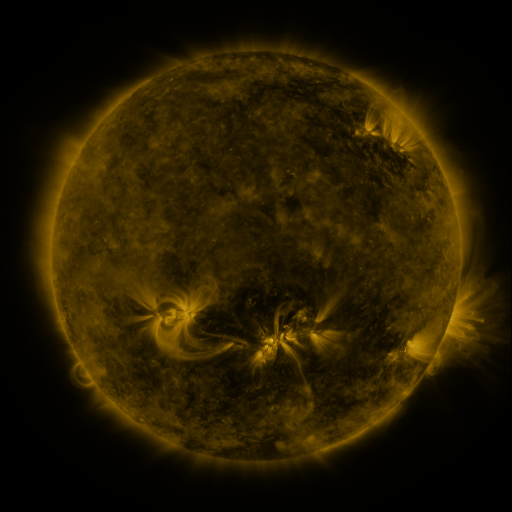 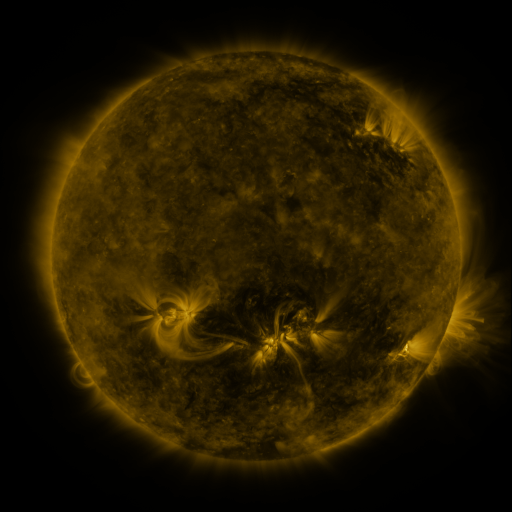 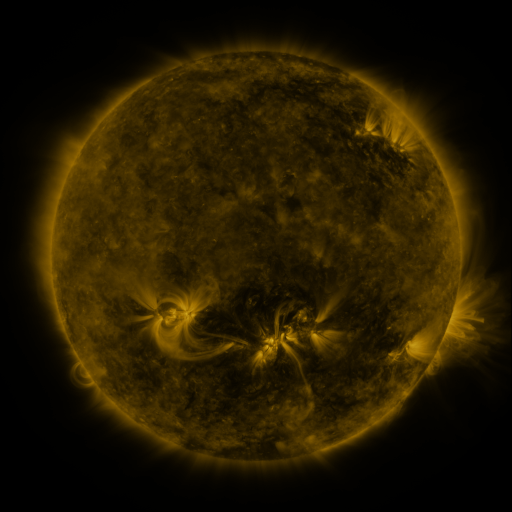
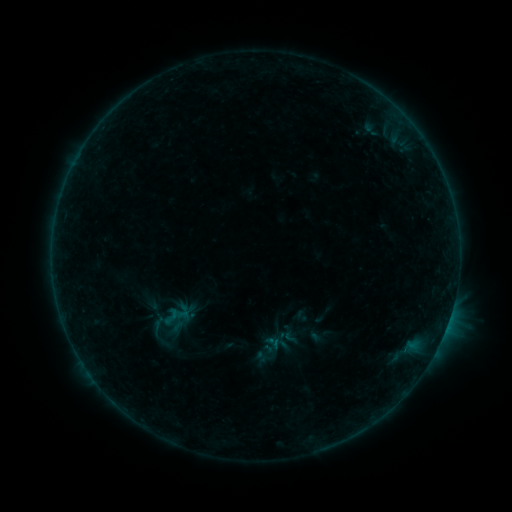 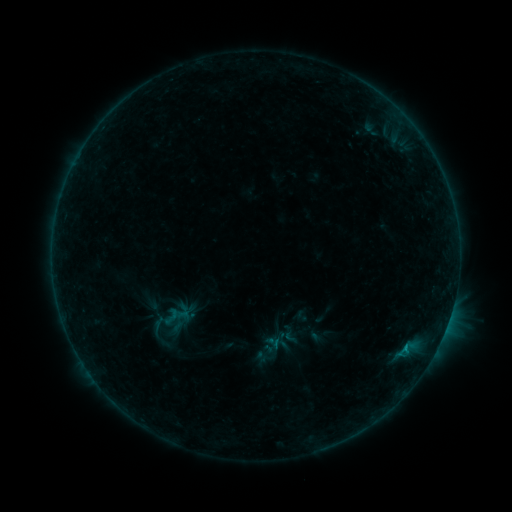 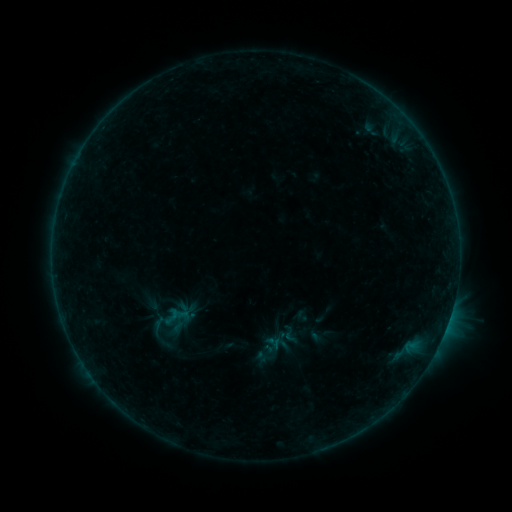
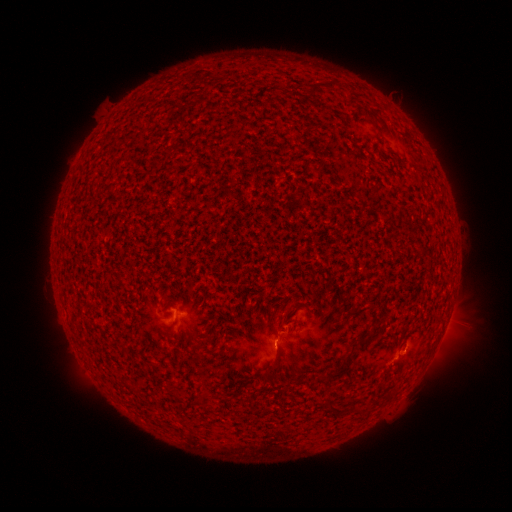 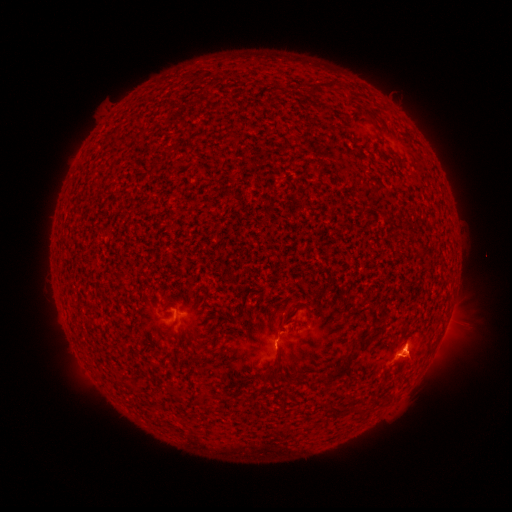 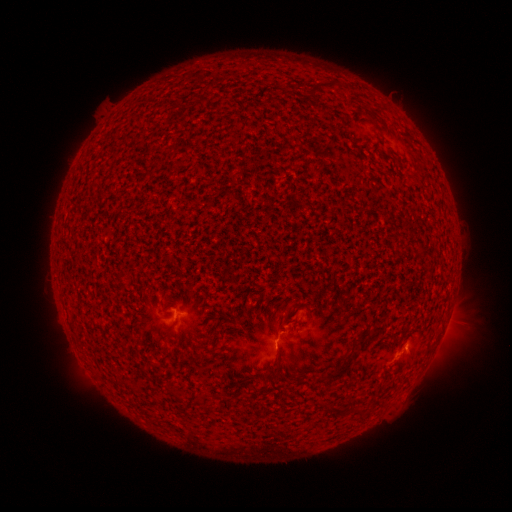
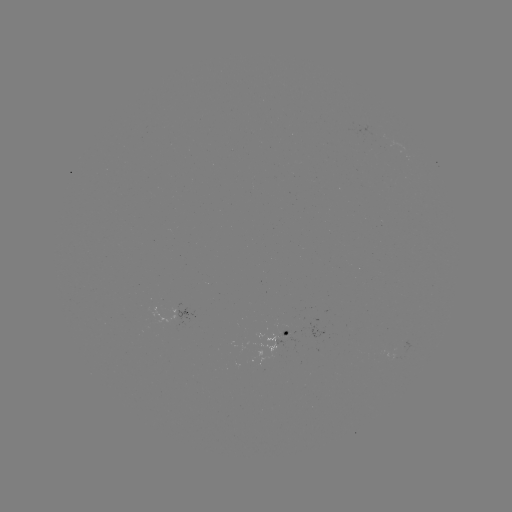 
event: eruption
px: (418, 354)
